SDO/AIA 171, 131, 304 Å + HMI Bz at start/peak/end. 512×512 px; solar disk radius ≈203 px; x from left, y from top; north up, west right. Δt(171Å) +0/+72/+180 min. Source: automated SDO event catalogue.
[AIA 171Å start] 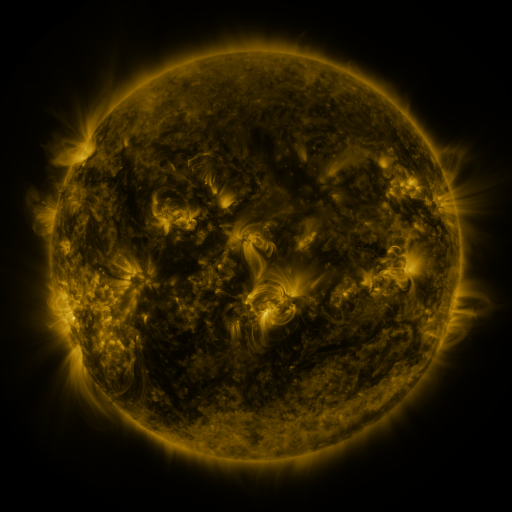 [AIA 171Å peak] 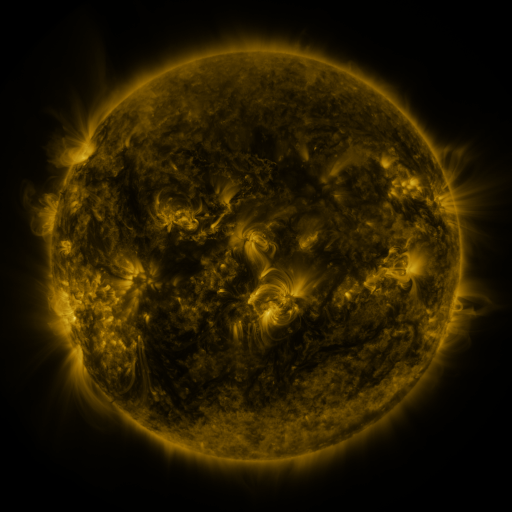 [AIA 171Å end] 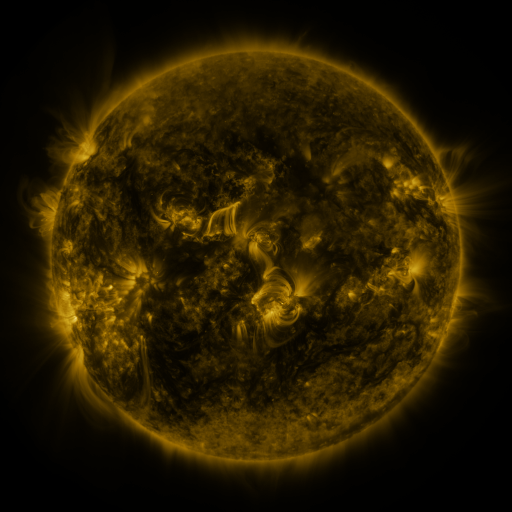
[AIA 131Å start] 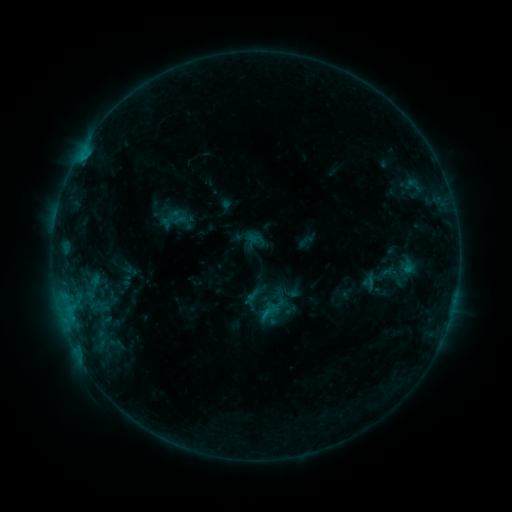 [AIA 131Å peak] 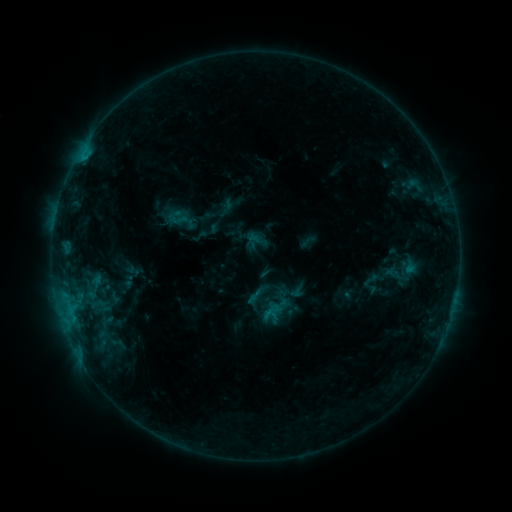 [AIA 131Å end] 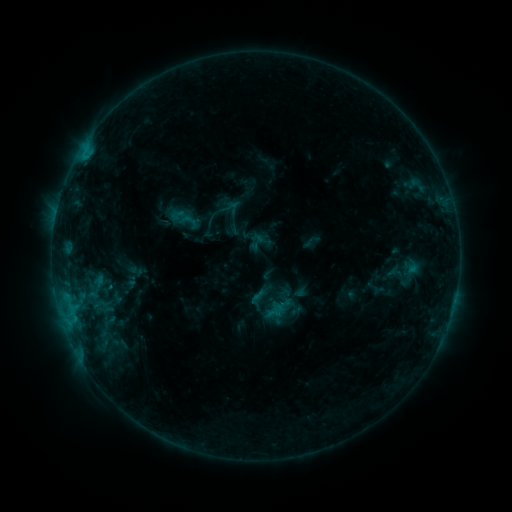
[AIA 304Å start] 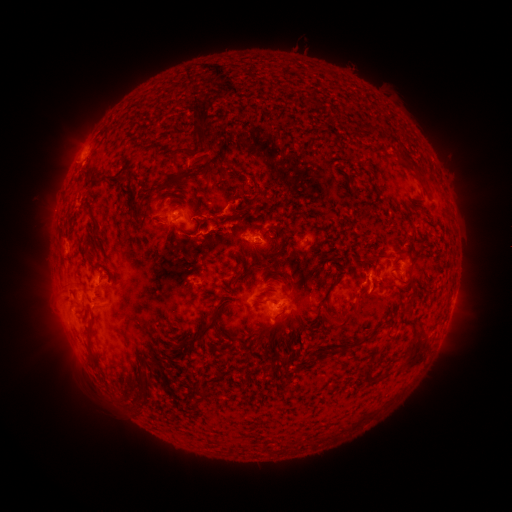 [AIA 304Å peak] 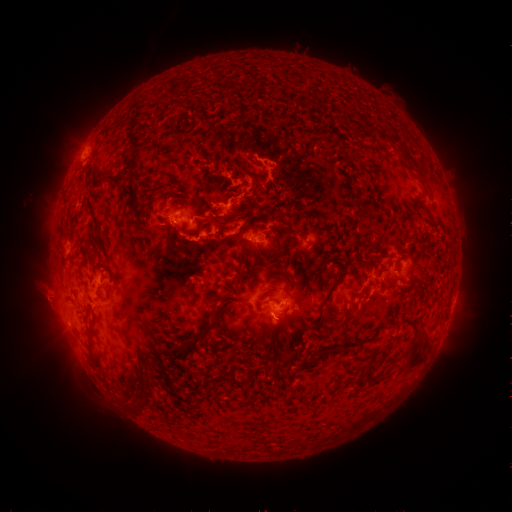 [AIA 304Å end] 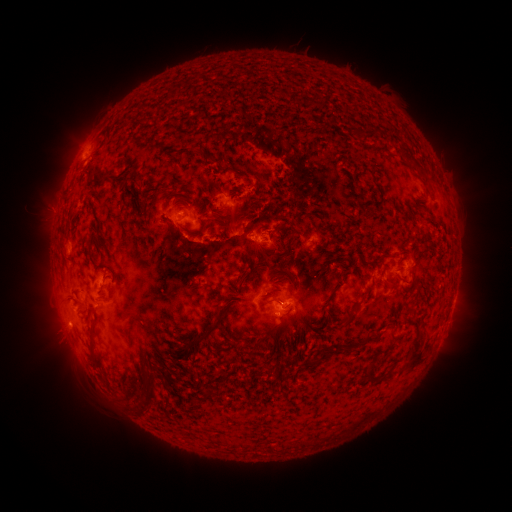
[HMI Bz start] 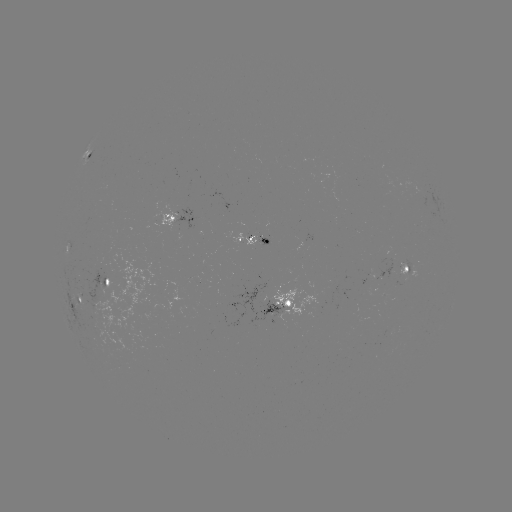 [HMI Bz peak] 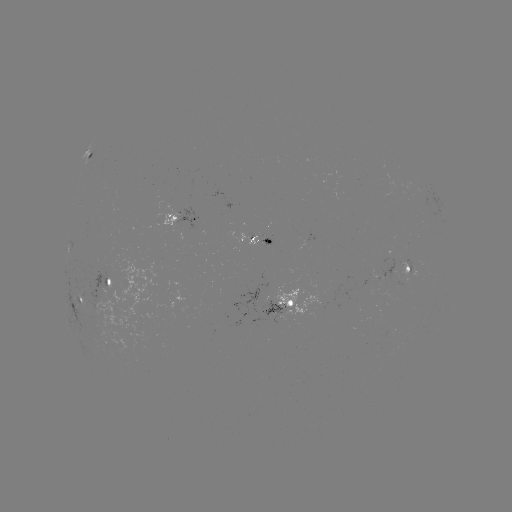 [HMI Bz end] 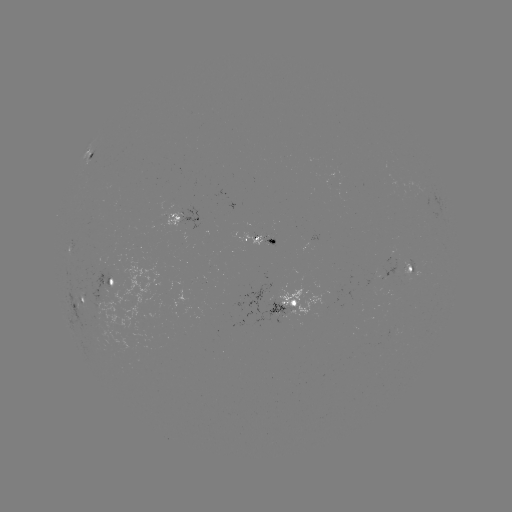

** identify C1.2 flare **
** (269, 313) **